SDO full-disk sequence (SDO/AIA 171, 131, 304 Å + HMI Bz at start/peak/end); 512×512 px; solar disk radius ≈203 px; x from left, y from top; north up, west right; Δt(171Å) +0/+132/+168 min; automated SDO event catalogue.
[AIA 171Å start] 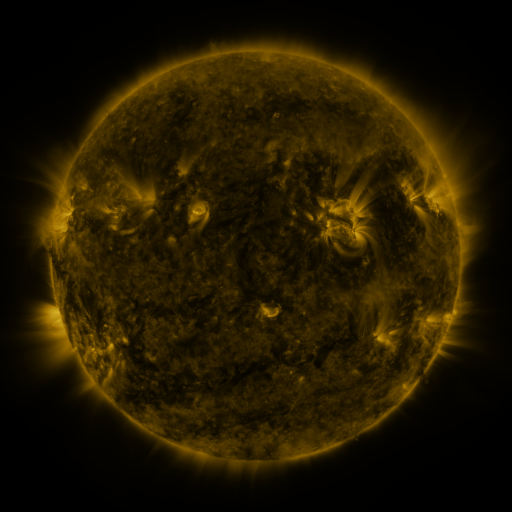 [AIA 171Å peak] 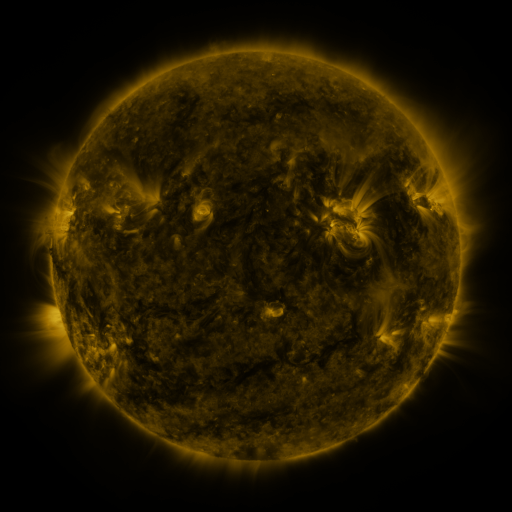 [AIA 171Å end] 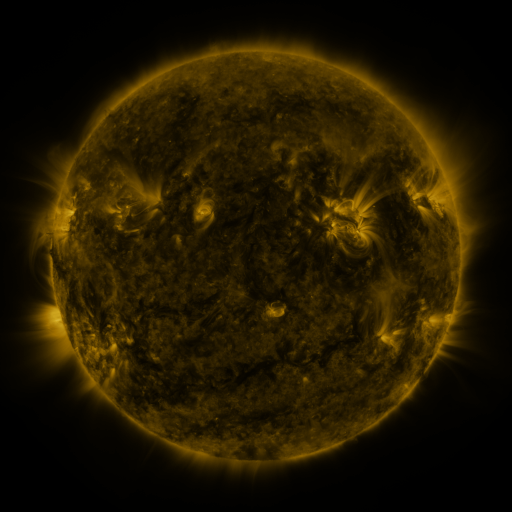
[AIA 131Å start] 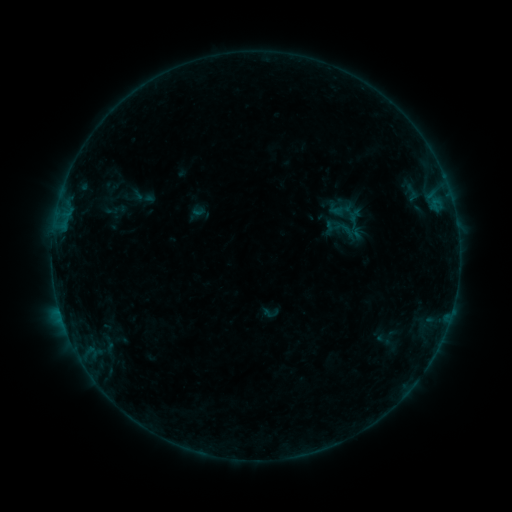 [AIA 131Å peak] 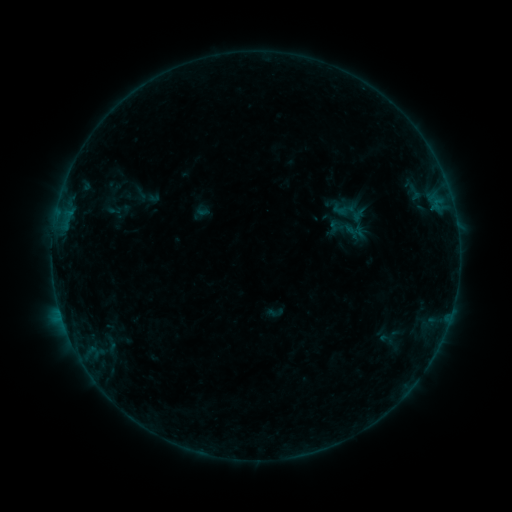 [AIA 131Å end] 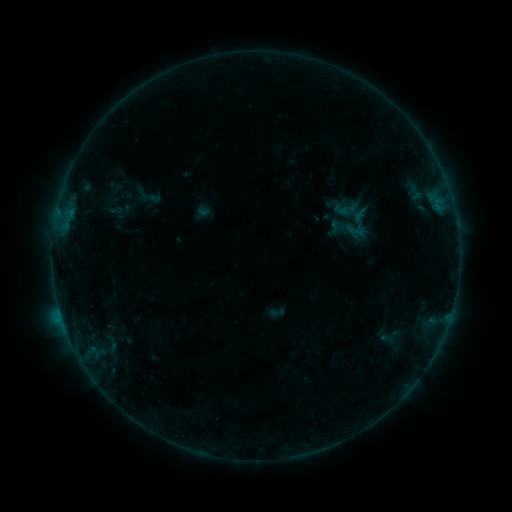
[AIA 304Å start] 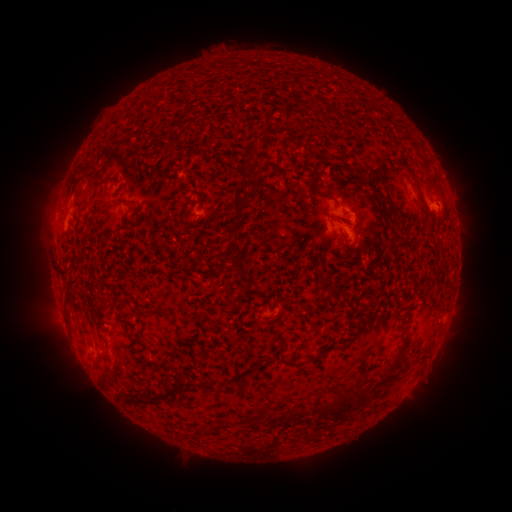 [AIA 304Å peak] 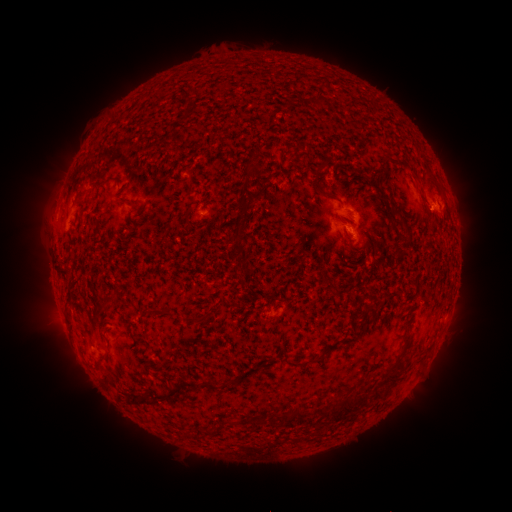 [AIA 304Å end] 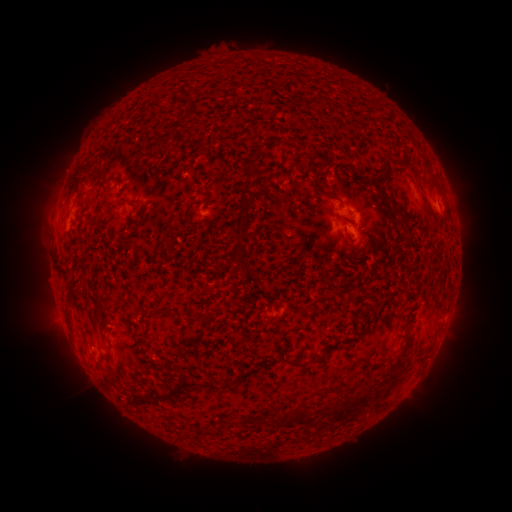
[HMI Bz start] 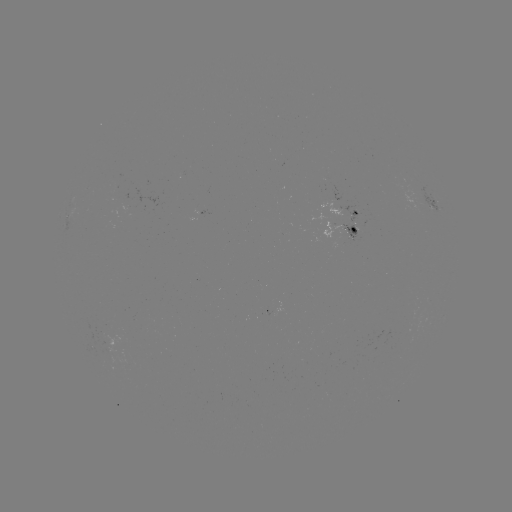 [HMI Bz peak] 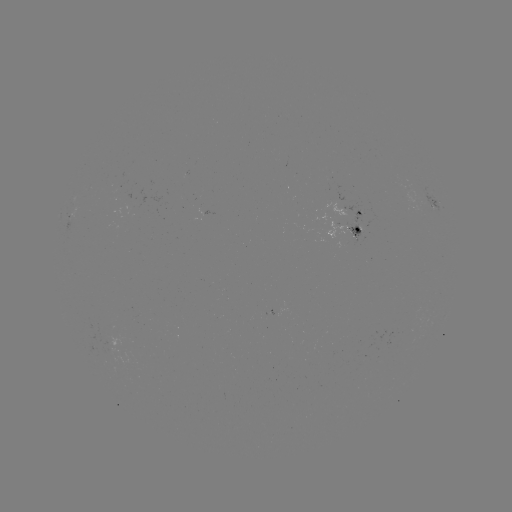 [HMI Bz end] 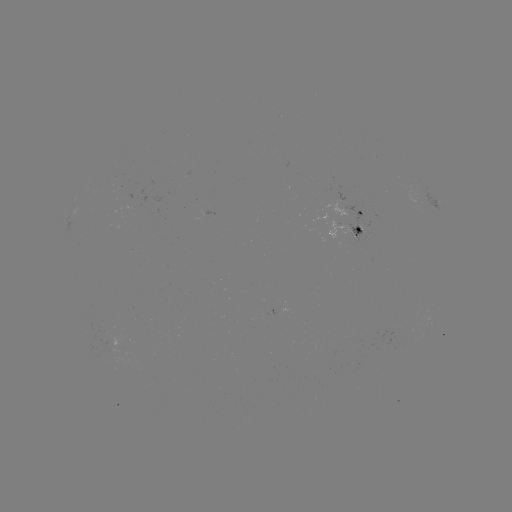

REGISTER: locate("emerging-flux region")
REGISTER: (354, 227)